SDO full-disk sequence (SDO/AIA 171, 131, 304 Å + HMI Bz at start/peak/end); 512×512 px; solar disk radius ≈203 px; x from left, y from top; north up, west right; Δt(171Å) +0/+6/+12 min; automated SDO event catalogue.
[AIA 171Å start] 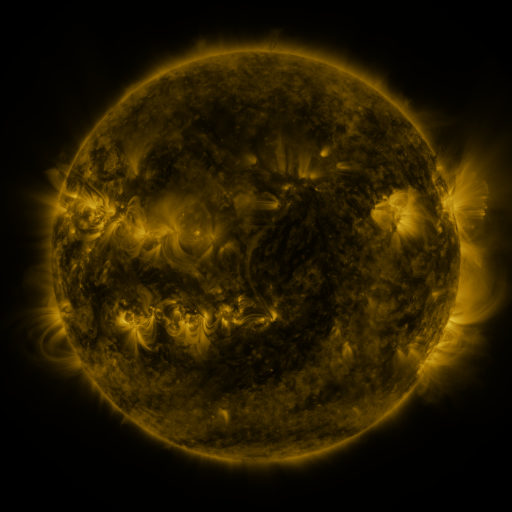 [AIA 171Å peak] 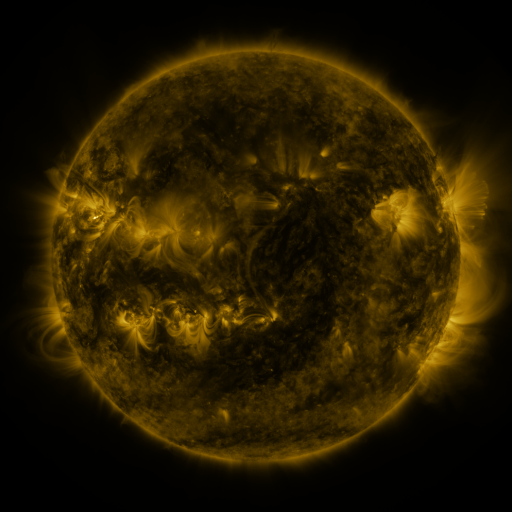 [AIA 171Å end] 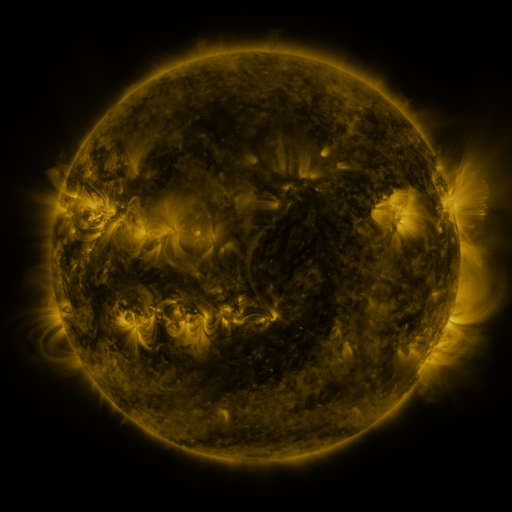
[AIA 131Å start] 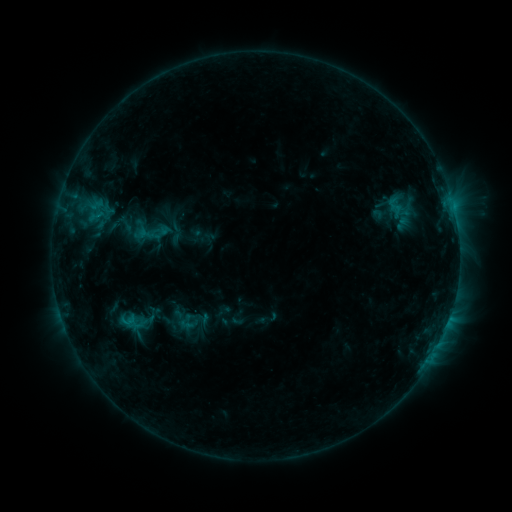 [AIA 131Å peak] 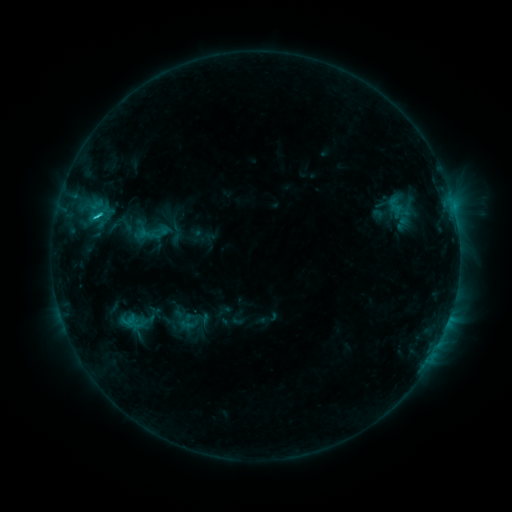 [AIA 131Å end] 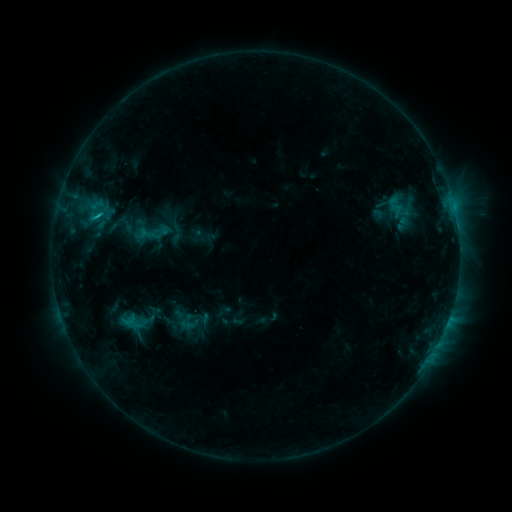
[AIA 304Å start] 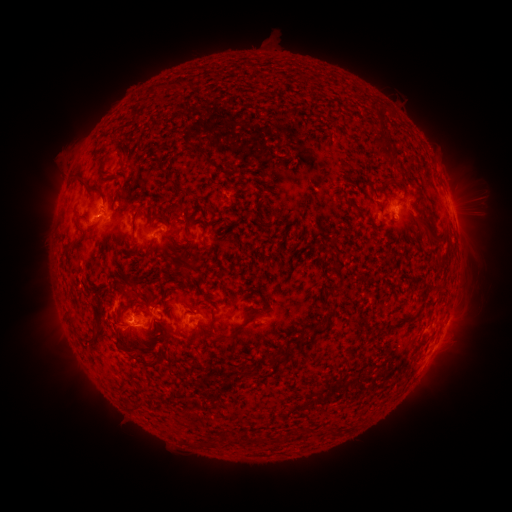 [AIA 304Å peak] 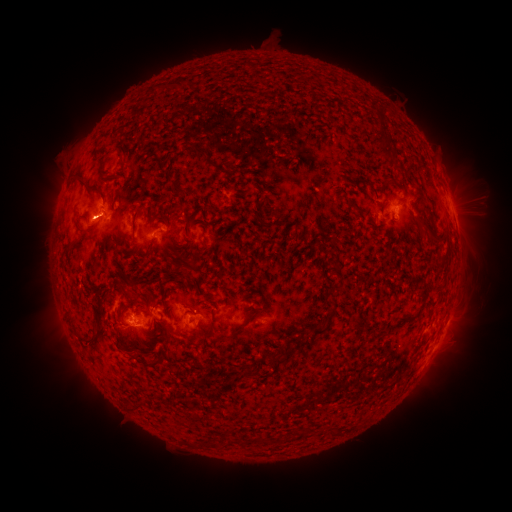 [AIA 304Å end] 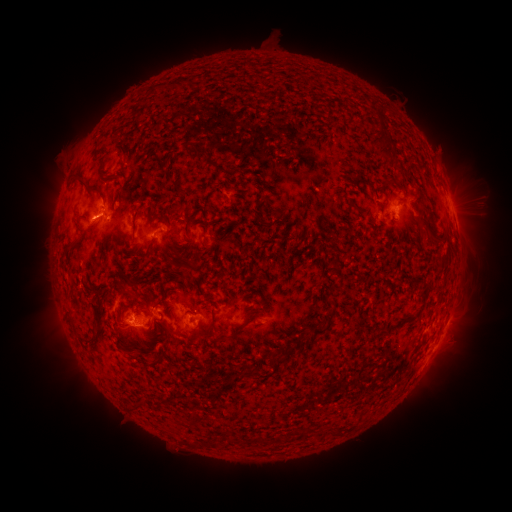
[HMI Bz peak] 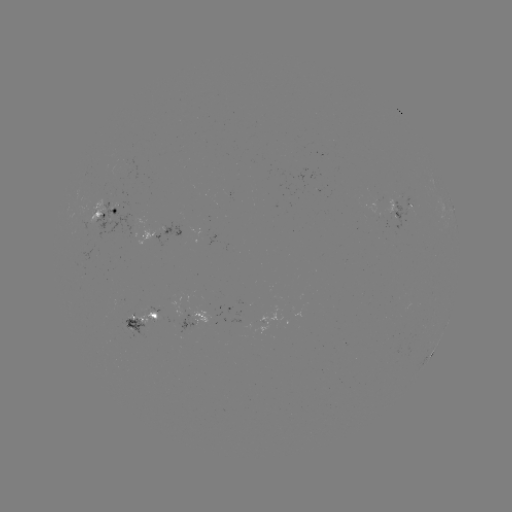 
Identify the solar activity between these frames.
C1.4 flare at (97, 216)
